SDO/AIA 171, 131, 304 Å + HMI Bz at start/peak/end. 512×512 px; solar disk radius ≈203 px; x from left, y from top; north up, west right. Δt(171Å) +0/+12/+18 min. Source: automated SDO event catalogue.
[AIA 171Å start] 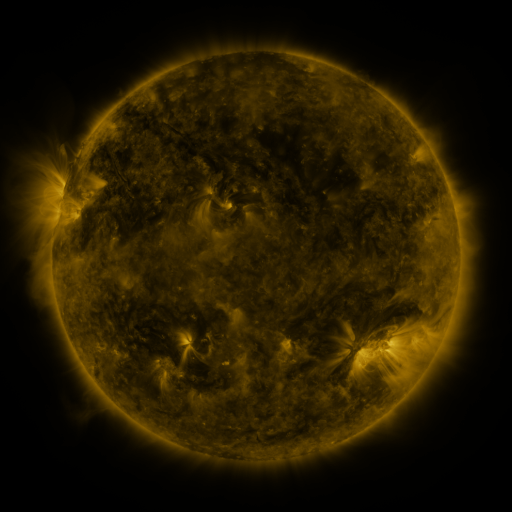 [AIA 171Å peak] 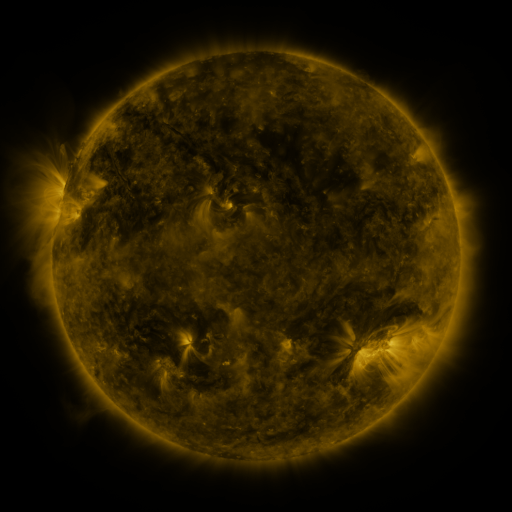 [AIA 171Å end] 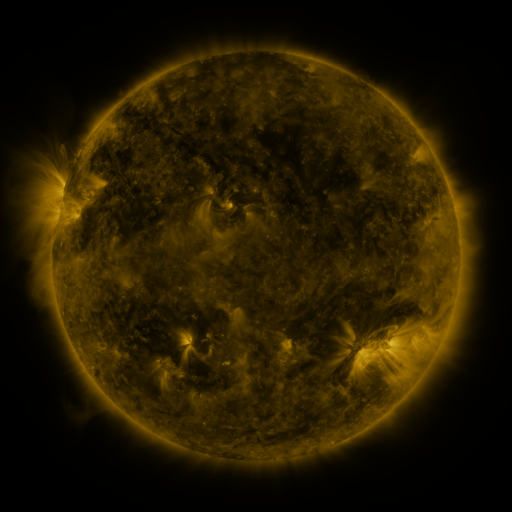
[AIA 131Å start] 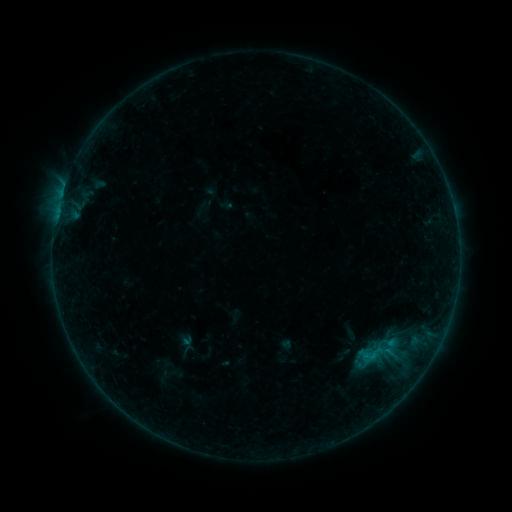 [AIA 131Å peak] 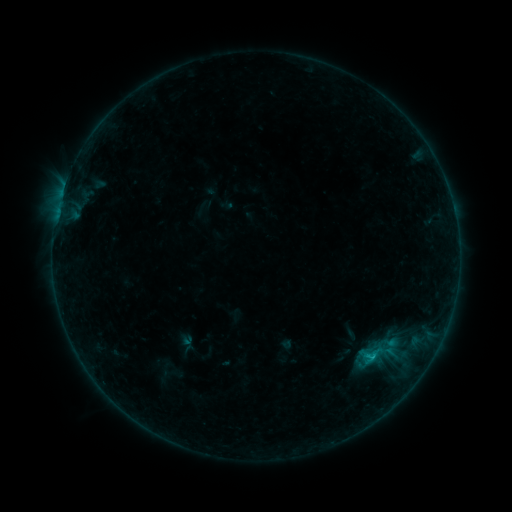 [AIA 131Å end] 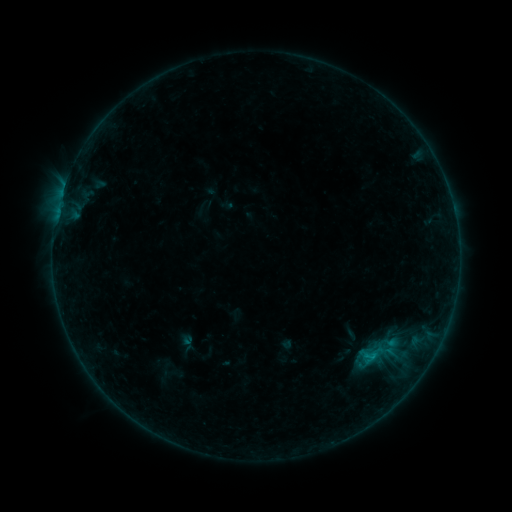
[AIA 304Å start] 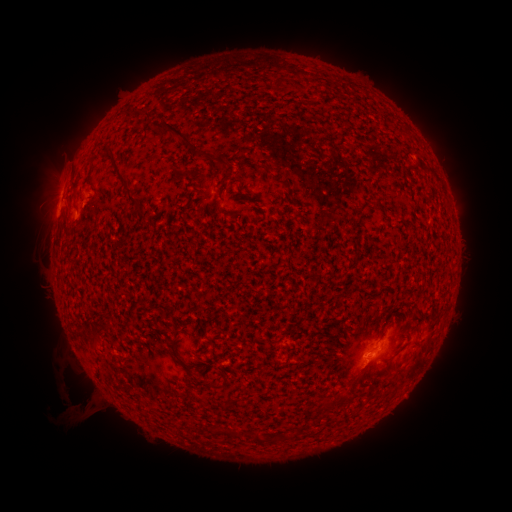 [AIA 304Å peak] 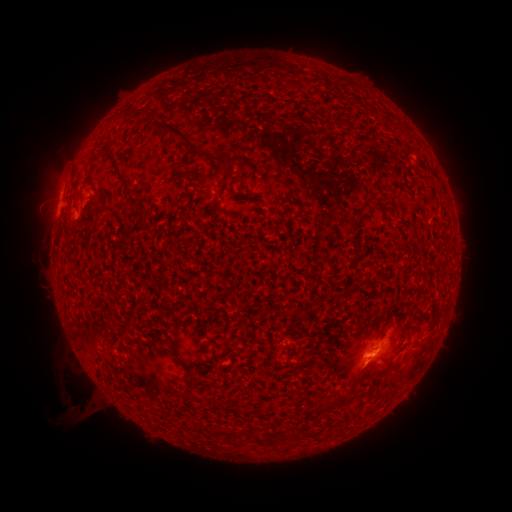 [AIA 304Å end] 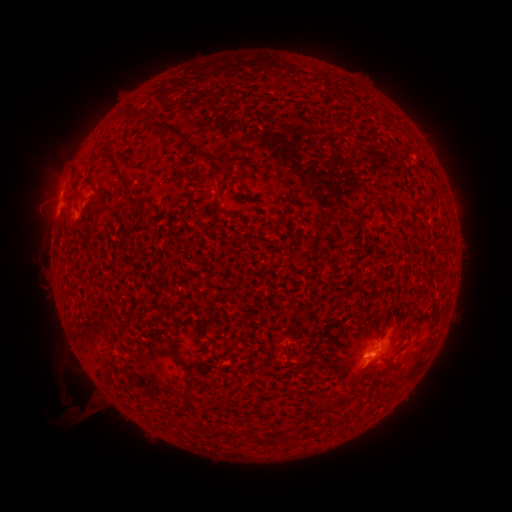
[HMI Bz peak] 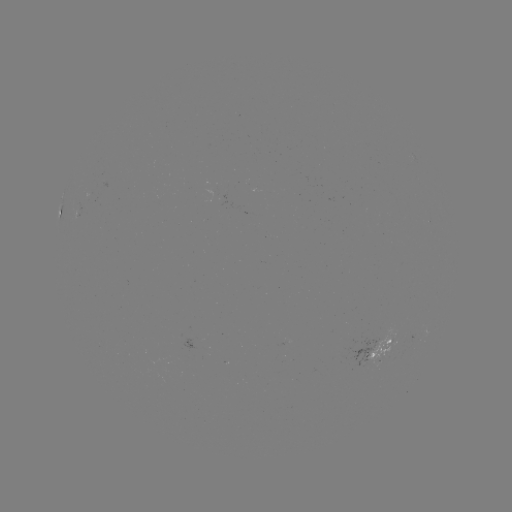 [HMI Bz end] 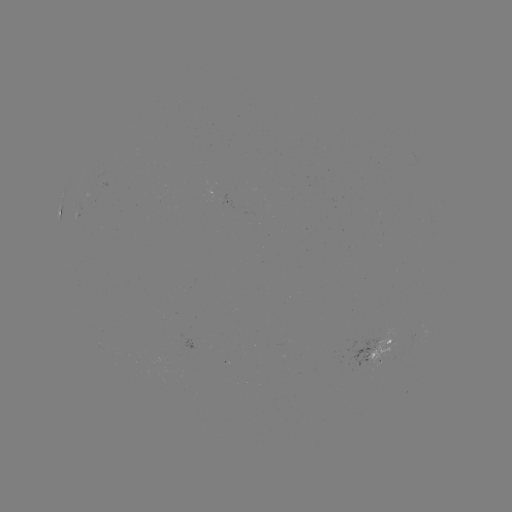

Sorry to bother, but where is B5.3 flare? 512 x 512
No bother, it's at (373, 352).